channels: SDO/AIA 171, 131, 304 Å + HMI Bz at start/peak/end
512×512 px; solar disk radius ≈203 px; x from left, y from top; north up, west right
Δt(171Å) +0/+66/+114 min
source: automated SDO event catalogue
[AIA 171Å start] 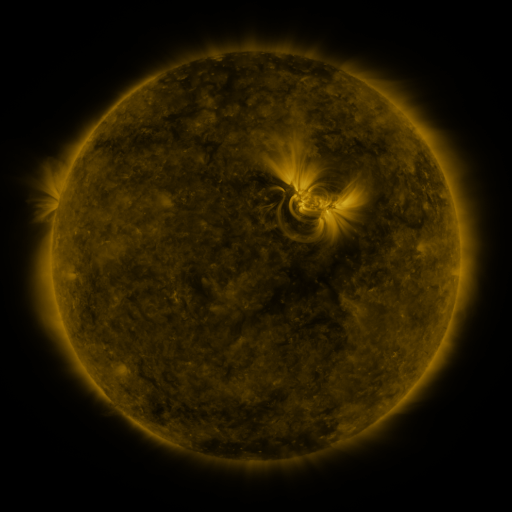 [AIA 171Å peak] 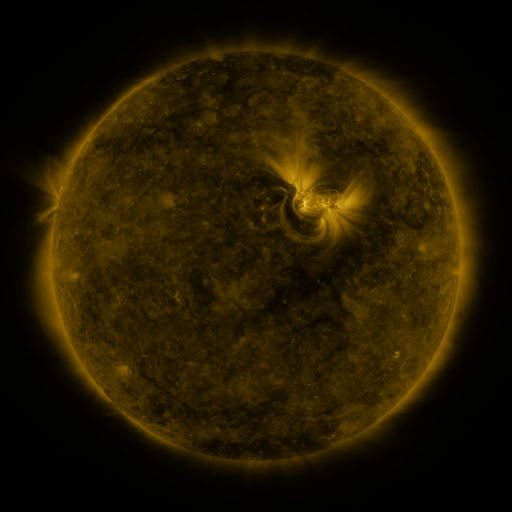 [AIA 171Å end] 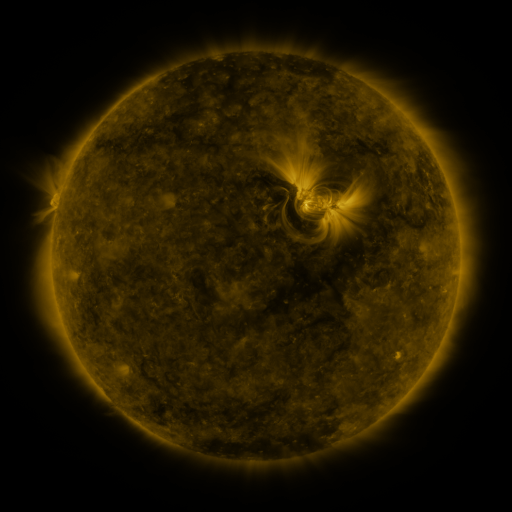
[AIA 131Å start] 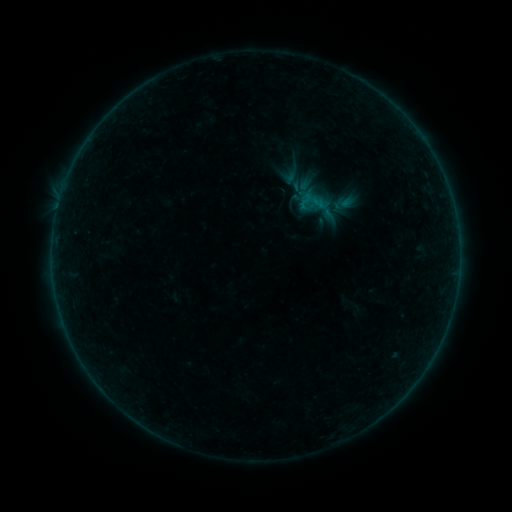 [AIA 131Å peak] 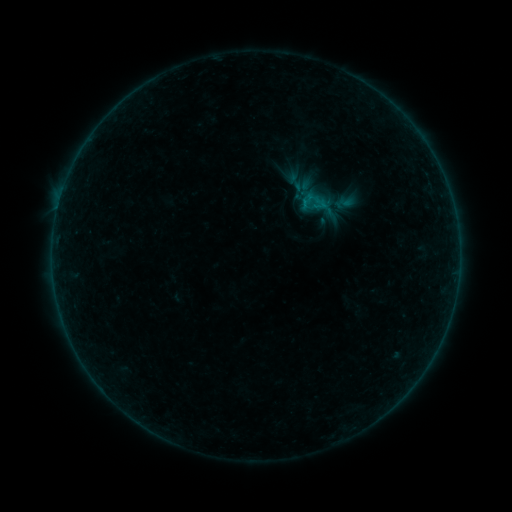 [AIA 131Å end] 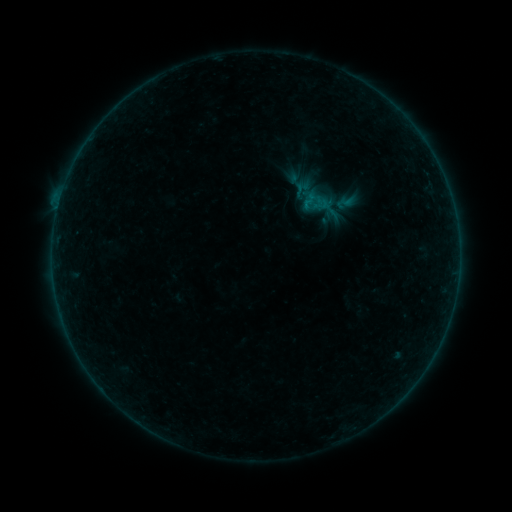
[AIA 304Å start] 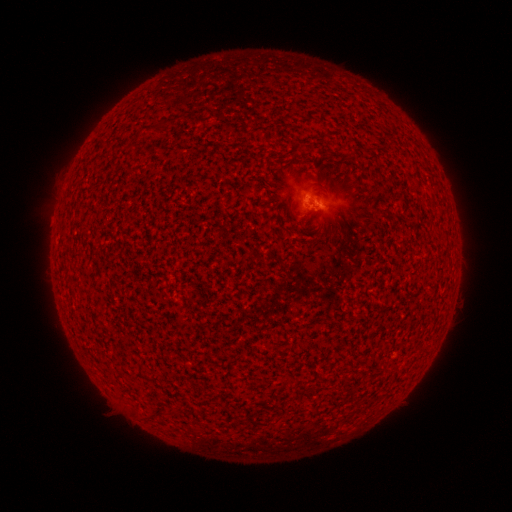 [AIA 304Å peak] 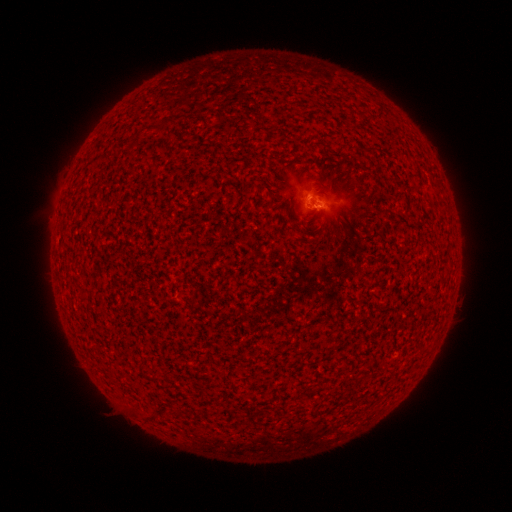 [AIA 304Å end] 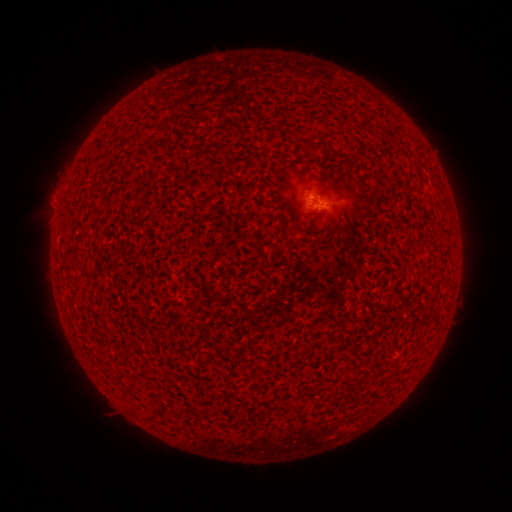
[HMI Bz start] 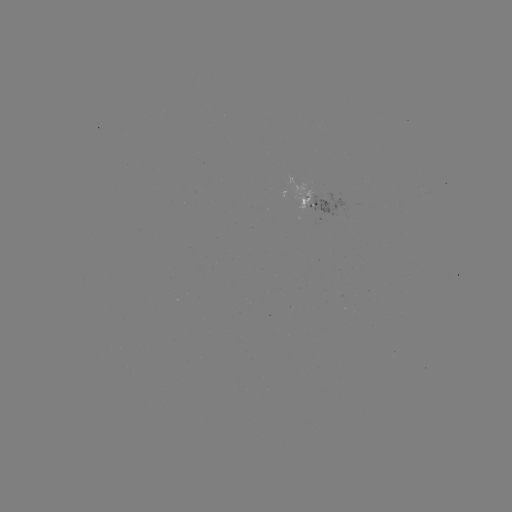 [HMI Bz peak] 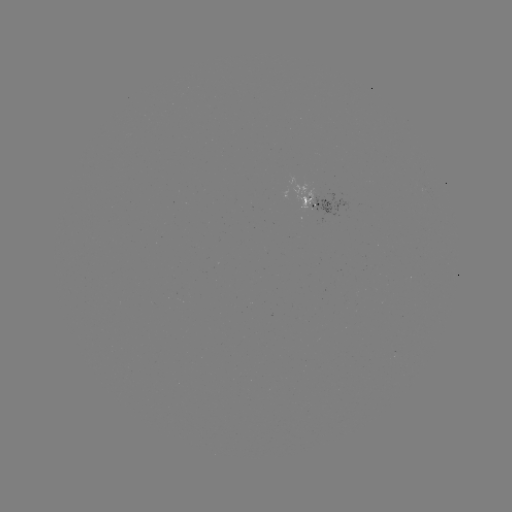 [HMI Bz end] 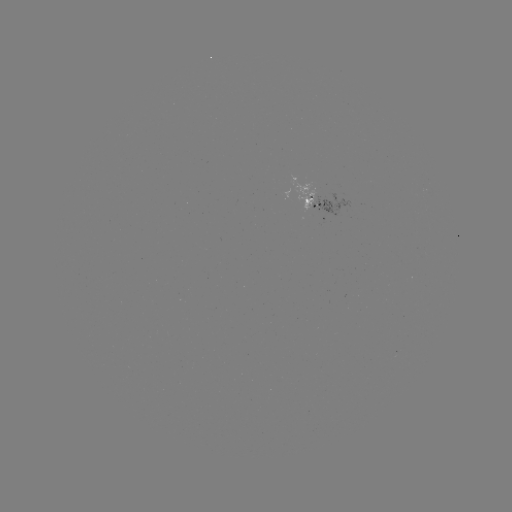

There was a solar flare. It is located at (61, 196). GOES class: B2.3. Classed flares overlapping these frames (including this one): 2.